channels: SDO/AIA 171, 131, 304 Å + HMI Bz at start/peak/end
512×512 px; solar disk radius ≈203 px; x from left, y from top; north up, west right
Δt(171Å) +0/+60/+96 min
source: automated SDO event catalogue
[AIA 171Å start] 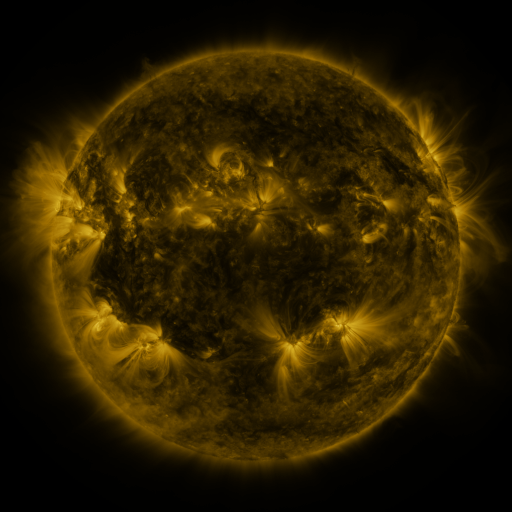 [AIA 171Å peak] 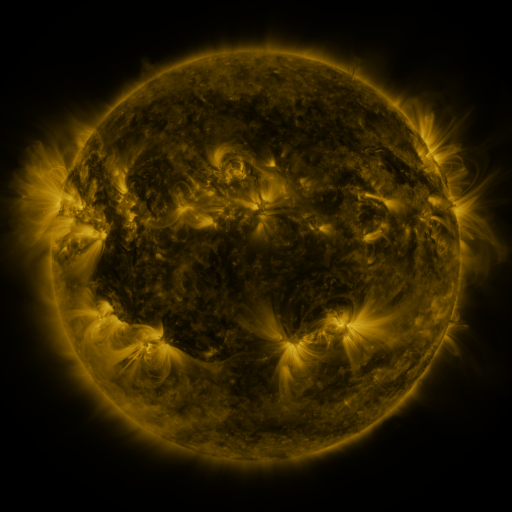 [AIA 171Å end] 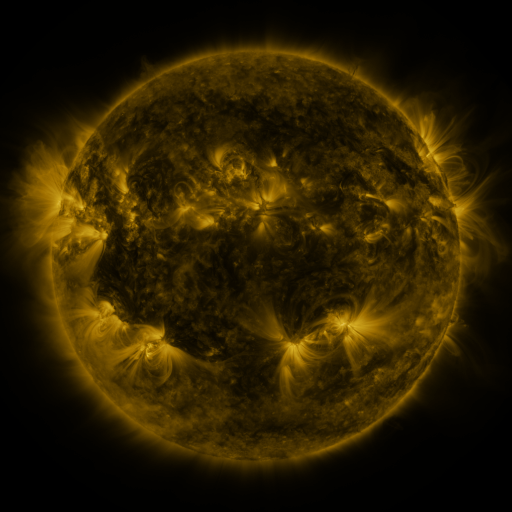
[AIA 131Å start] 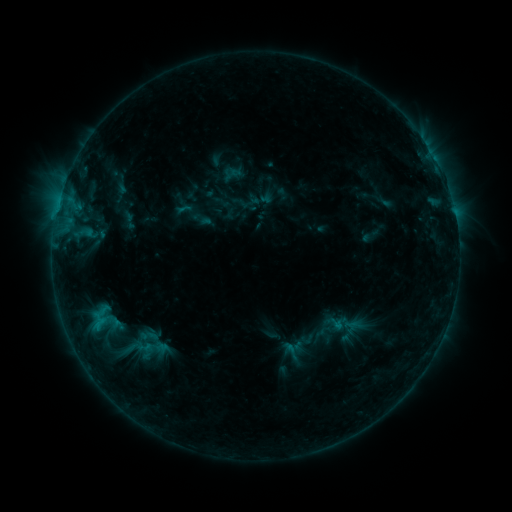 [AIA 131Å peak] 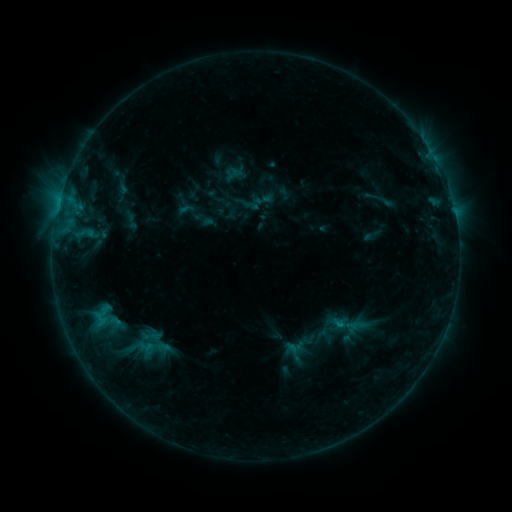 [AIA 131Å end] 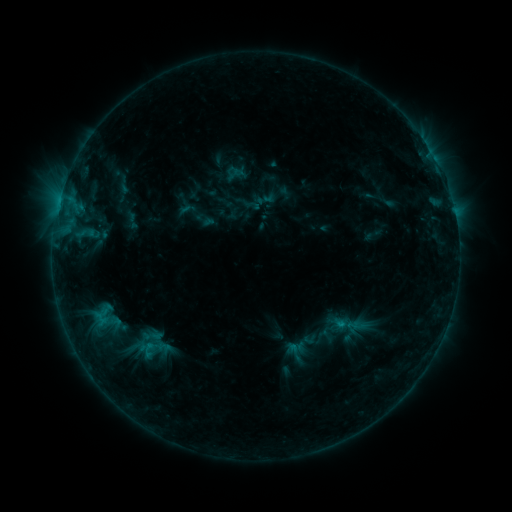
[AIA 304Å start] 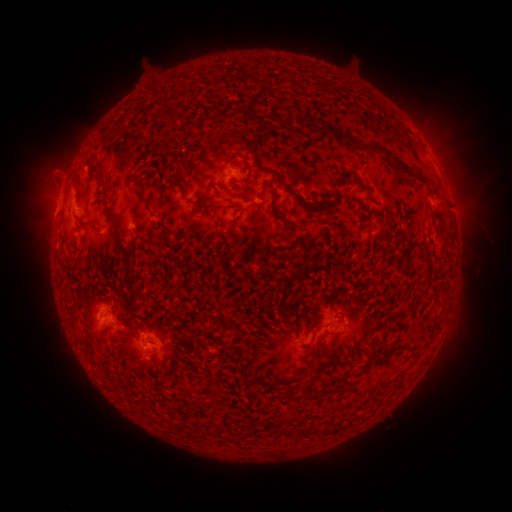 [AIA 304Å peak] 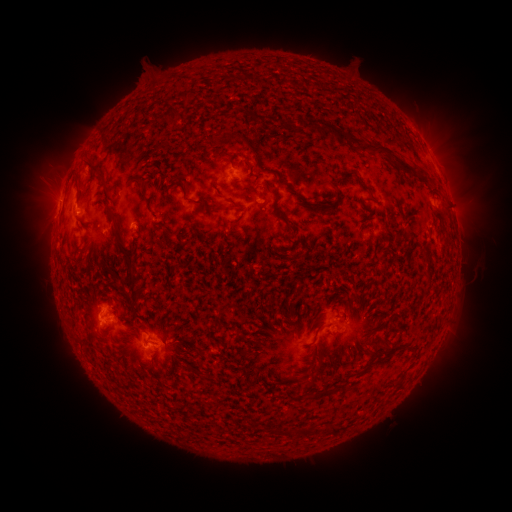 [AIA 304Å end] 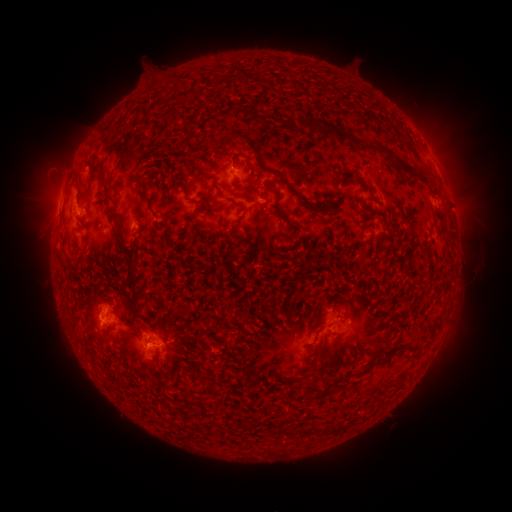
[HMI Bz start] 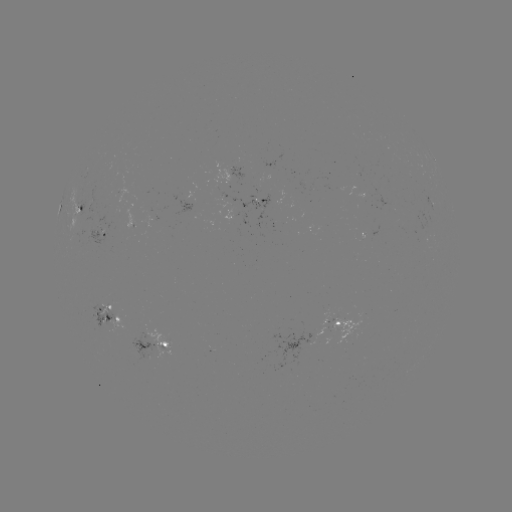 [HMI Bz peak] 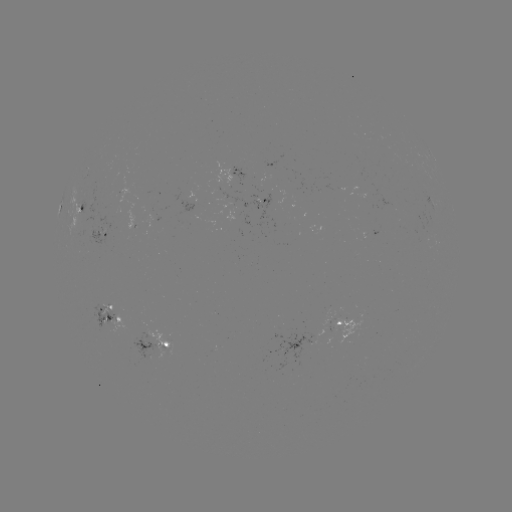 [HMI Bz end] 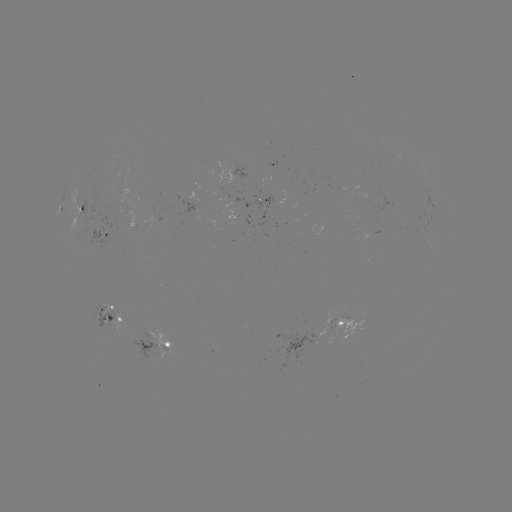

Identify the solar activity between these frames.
emerging-flux region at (271, 200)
